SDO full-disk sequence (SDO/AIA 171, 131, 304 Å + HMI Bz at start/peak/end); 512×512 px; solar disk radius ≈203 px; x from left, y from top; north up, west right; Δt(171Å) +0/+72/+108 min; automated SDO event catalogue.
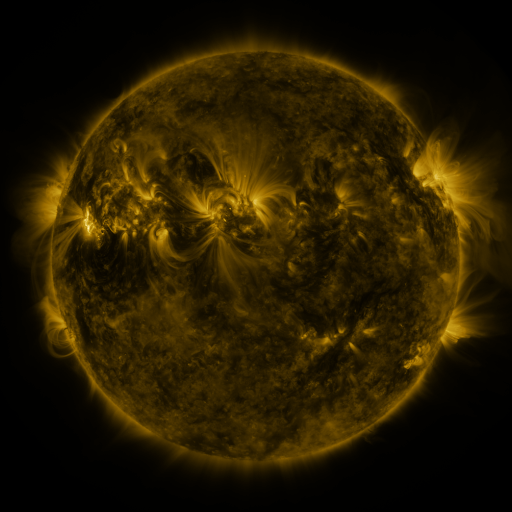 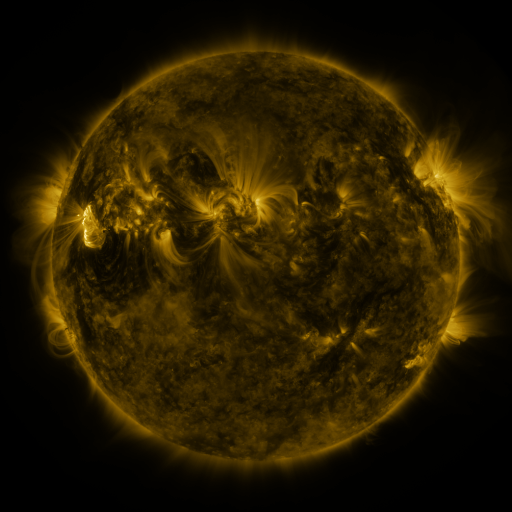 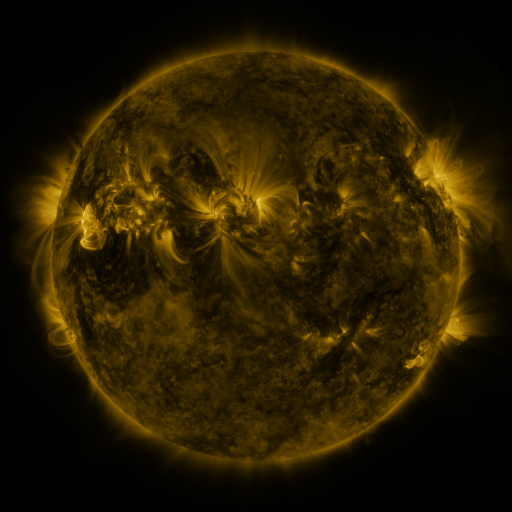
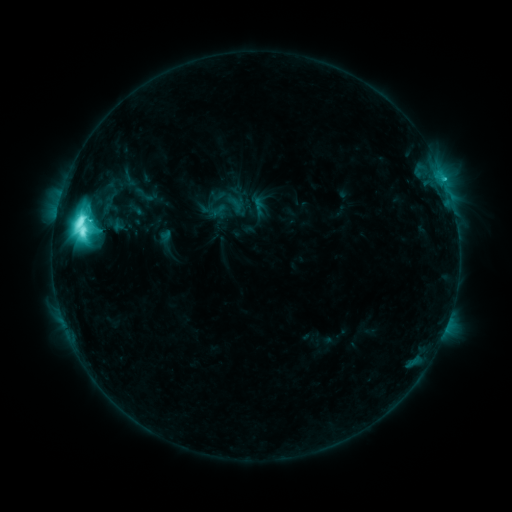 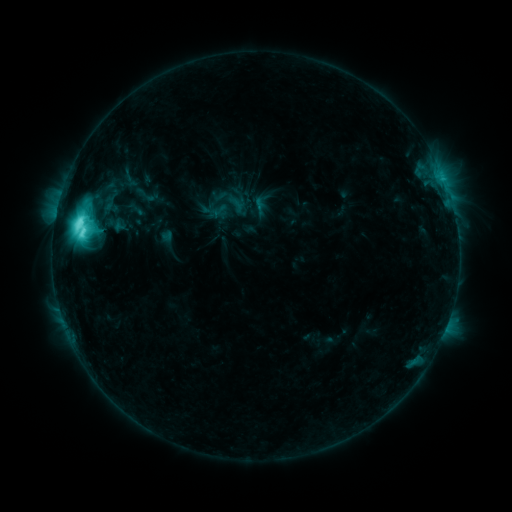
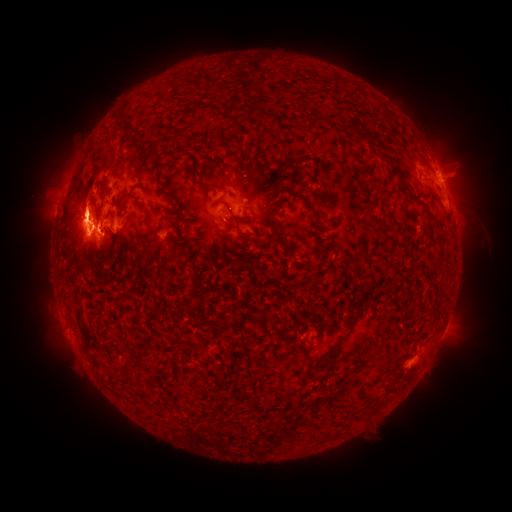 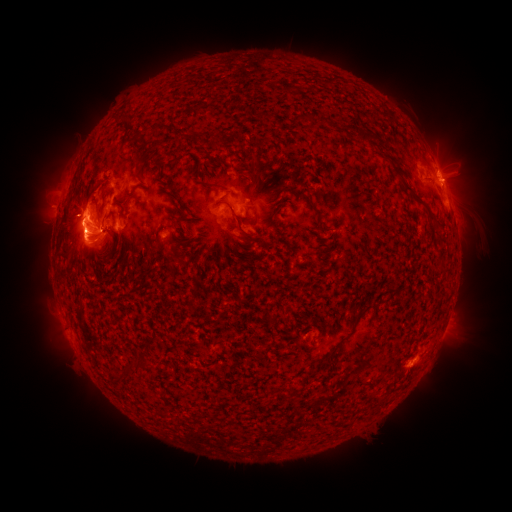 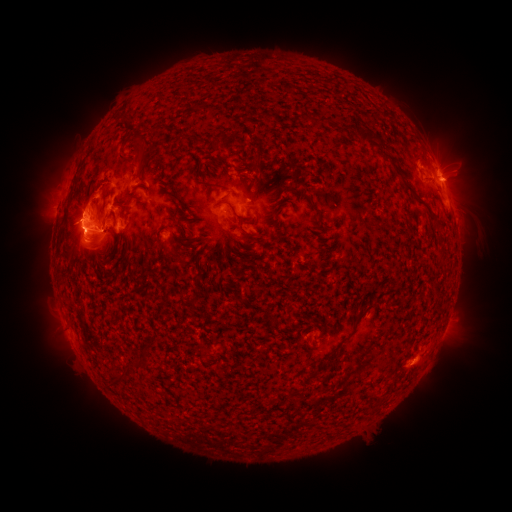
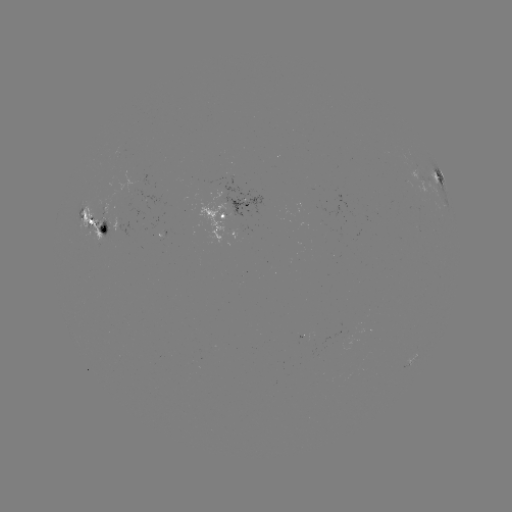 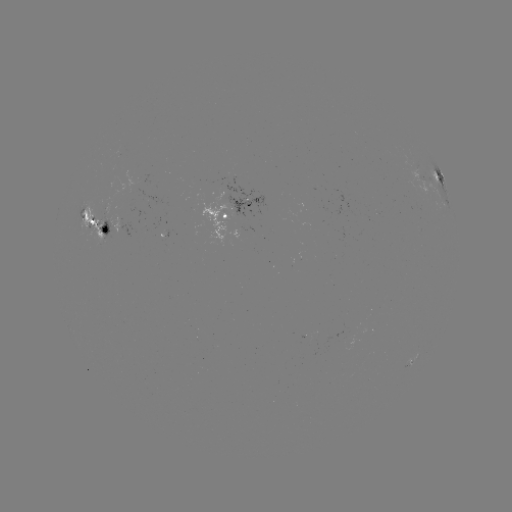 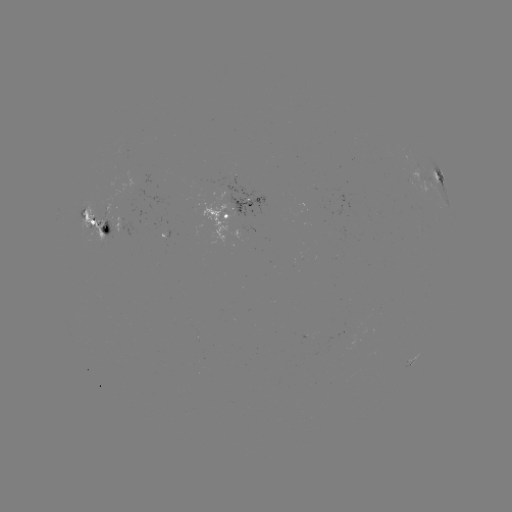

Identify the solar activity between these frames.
emerging-flux region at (221, 197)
